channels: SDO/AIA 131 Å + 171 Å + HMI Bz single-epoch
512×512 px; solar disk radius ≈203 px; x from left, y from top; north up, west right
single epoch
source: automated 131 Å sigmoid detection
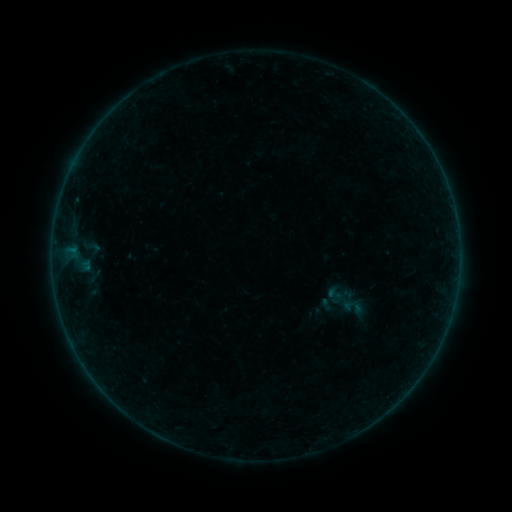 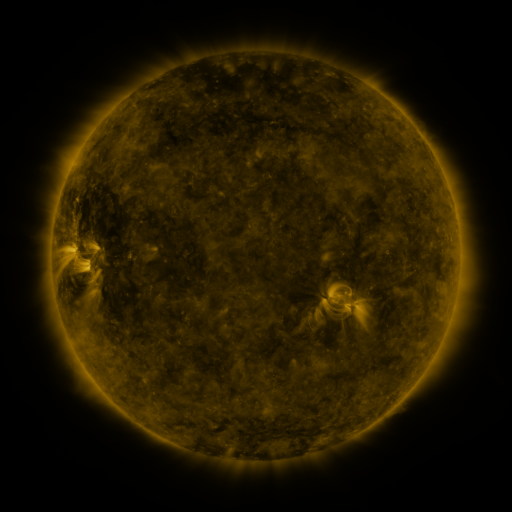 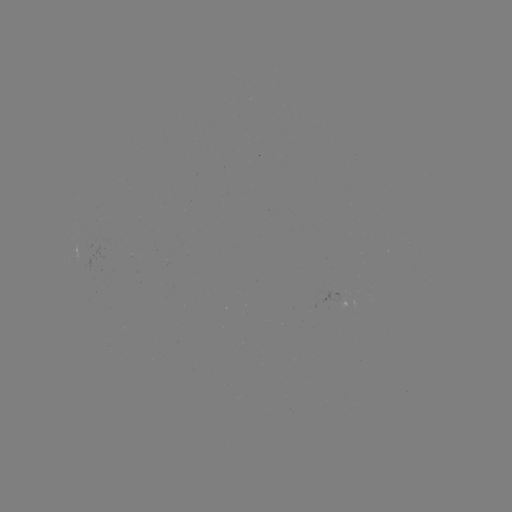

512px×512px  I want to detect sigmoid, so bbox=[343, 297, 361, 315].